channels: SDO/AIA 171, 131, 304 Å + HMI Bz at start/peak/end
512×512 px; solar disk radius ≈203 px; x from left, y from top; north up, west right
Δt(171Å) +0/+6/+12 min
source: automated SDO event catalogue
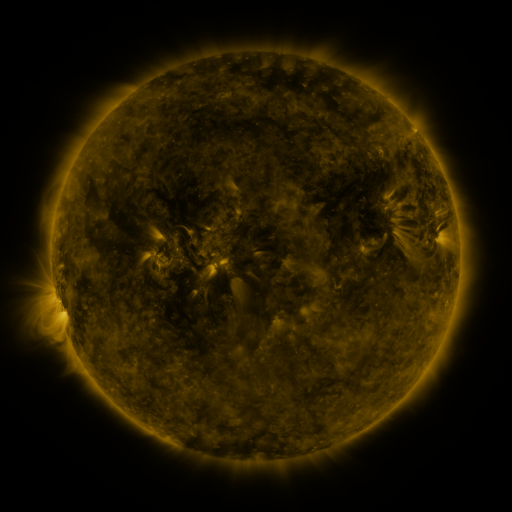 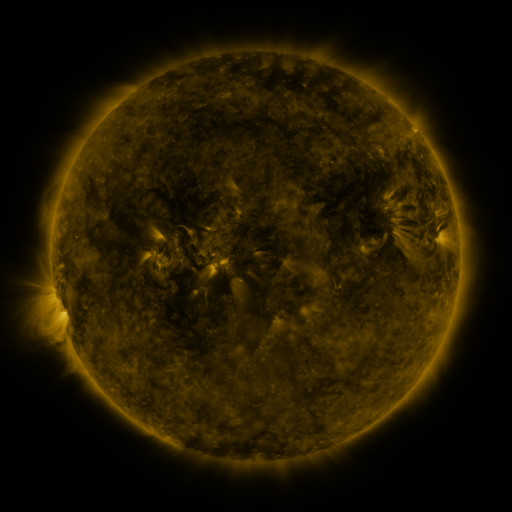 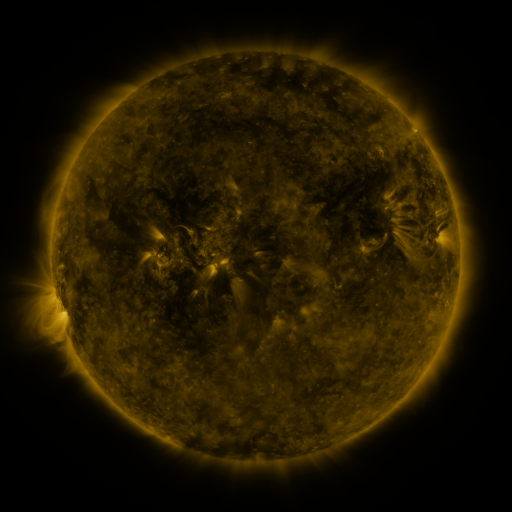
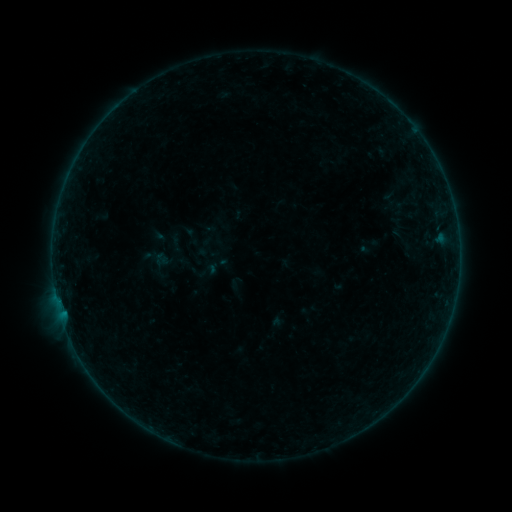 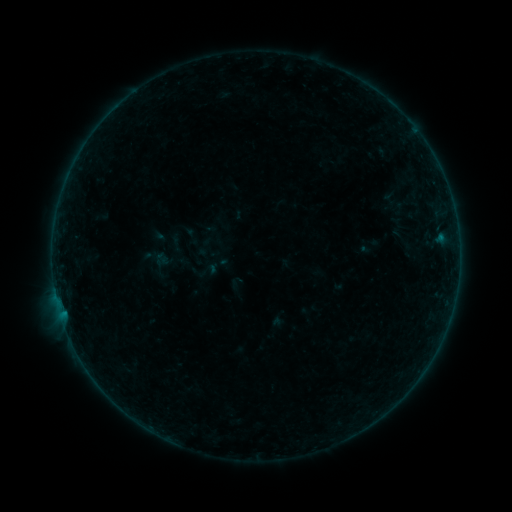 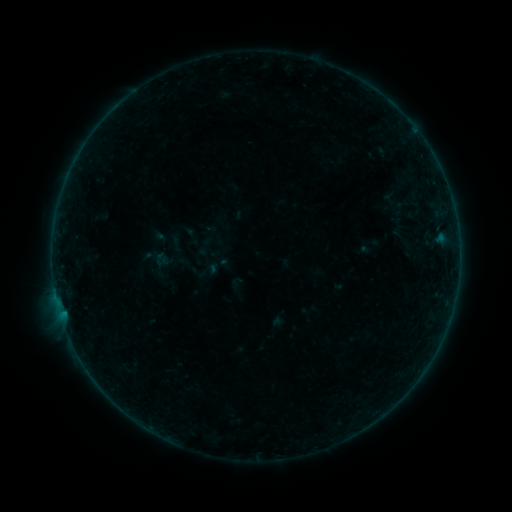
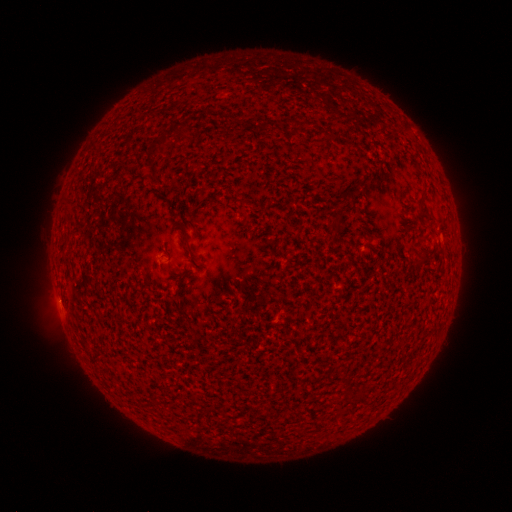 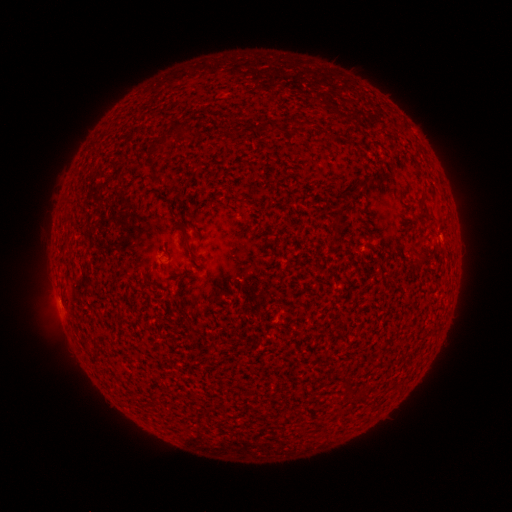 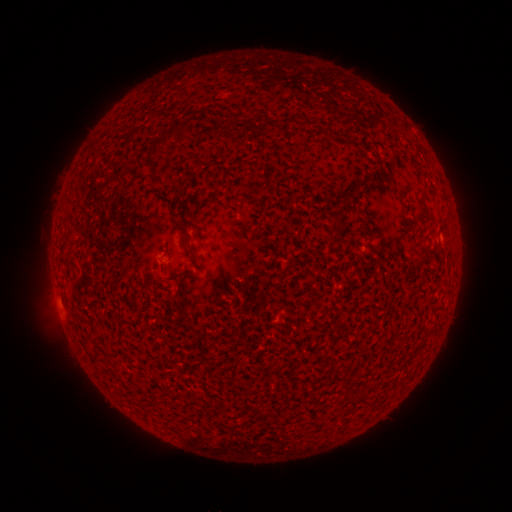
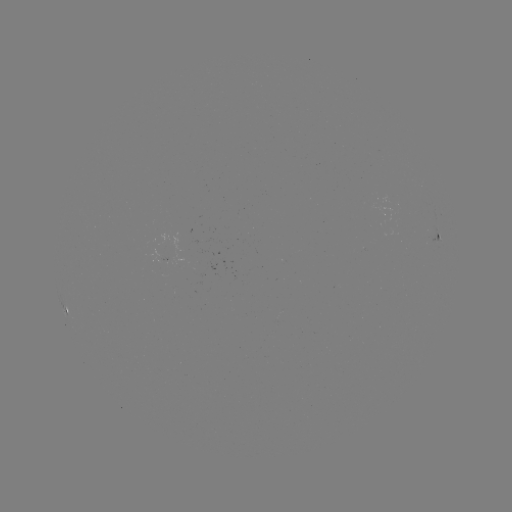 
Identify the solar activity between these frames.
B1.0 flare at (441, 241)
